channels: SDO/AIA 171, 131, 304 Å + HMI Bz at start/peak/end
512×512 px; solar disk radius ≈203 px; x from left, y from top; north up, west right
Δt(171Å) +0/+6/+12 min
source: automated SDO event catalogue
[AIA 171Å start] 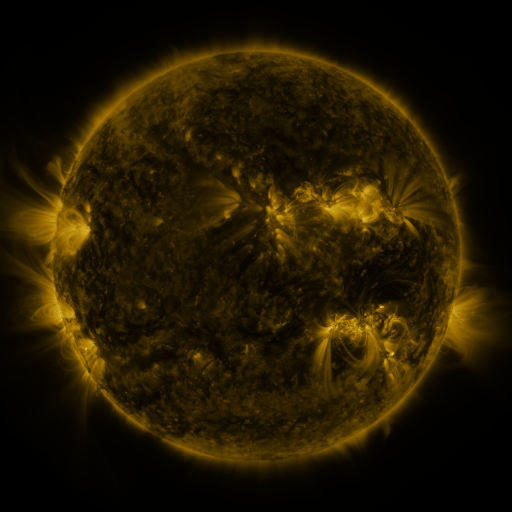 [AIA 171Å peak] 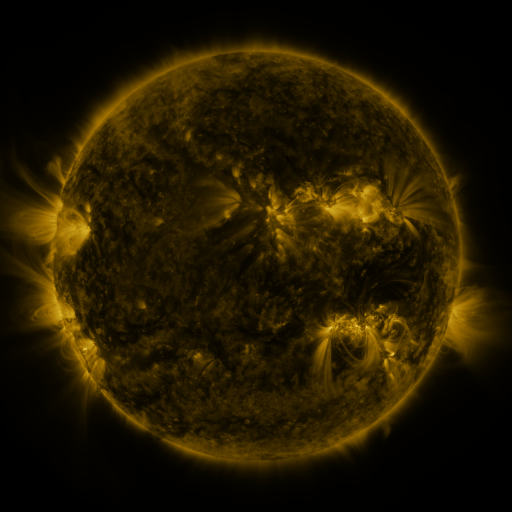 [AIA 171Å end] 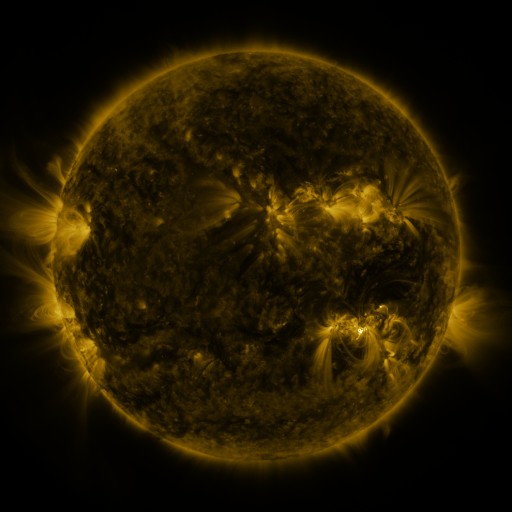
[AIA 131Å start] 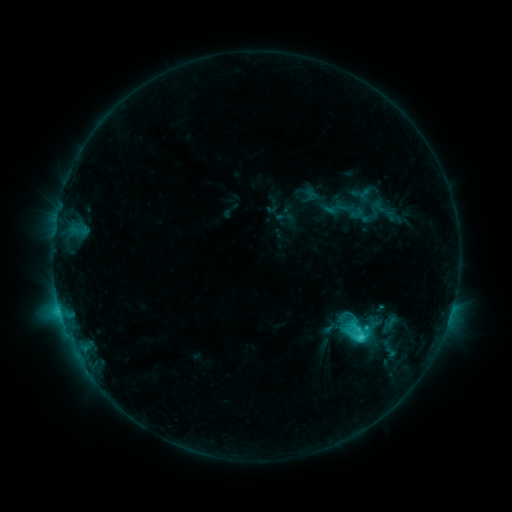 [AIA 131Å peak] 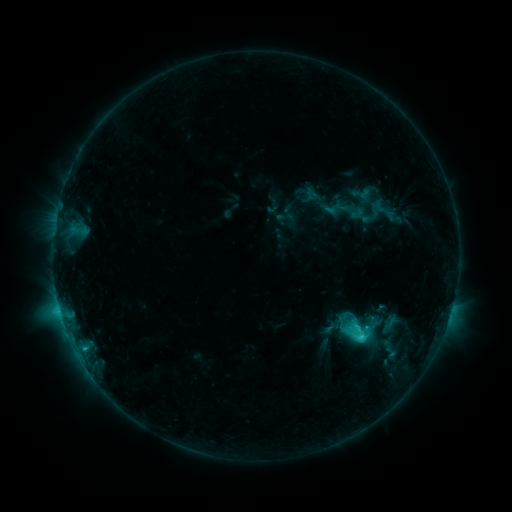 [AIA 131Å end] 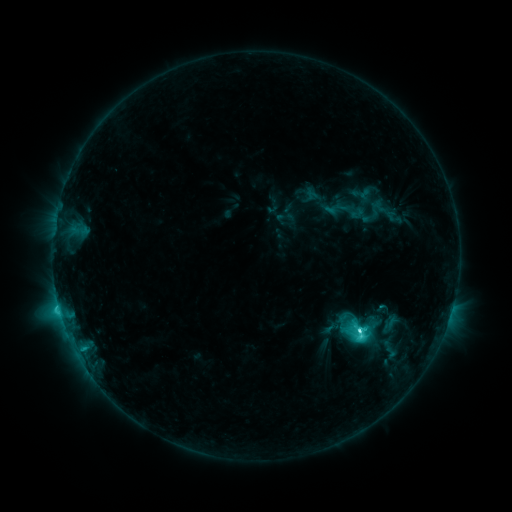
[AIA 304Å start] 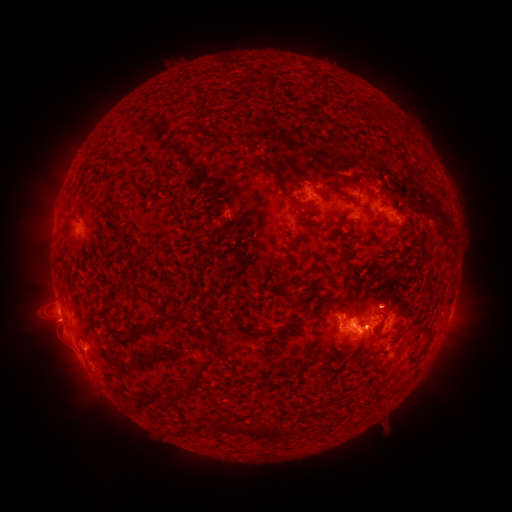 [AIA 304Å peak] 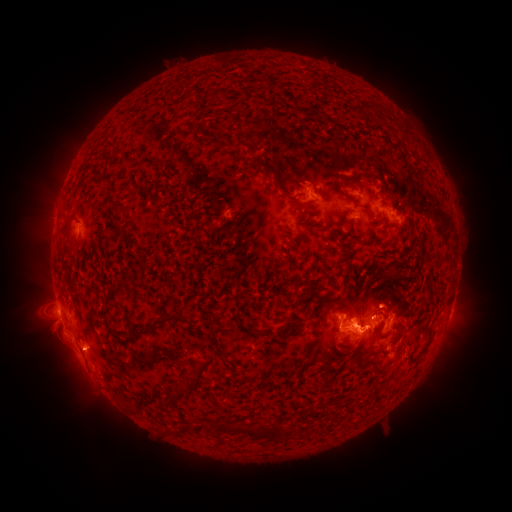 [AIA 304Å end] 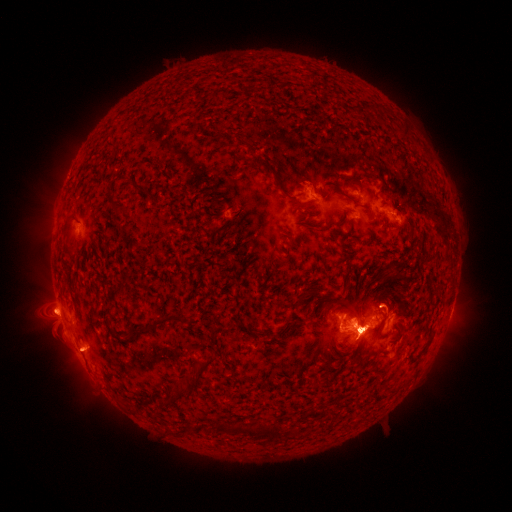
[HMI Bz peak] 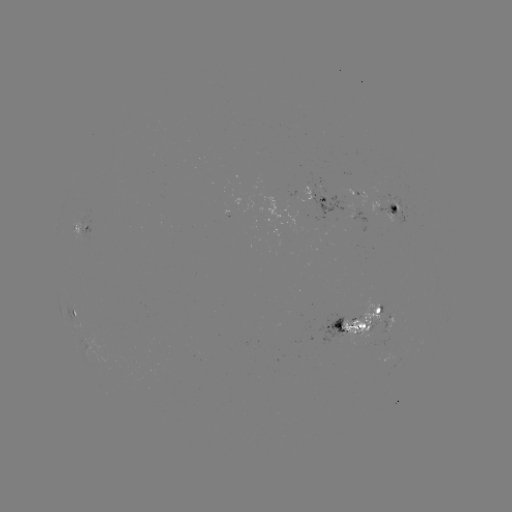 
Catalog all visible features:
eruption: (56, 321)
